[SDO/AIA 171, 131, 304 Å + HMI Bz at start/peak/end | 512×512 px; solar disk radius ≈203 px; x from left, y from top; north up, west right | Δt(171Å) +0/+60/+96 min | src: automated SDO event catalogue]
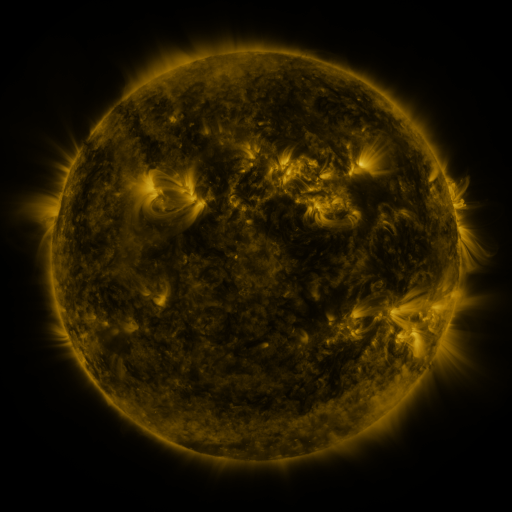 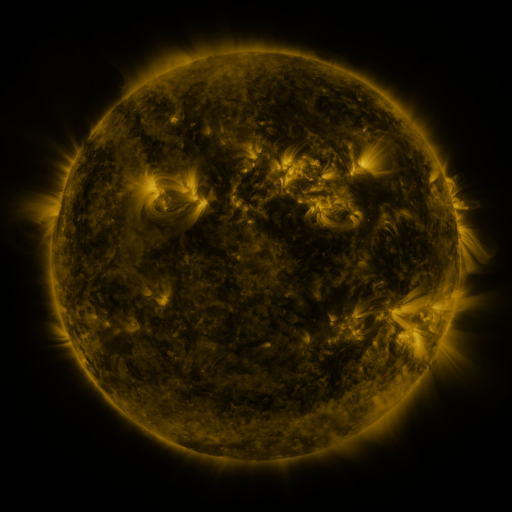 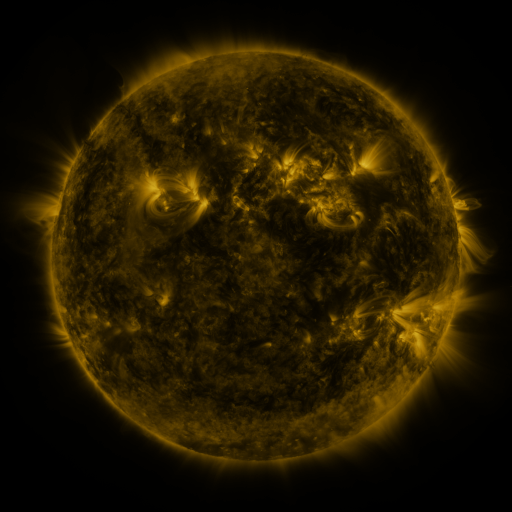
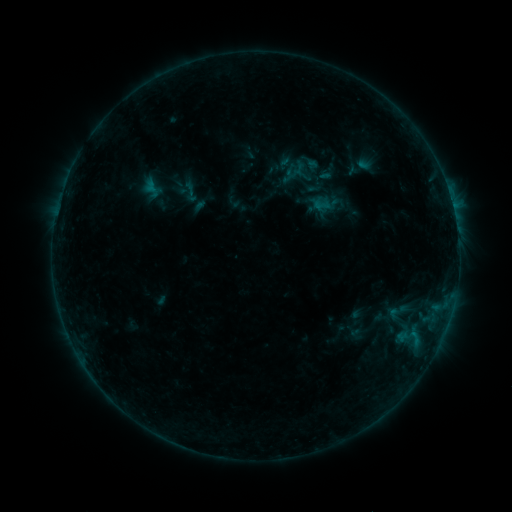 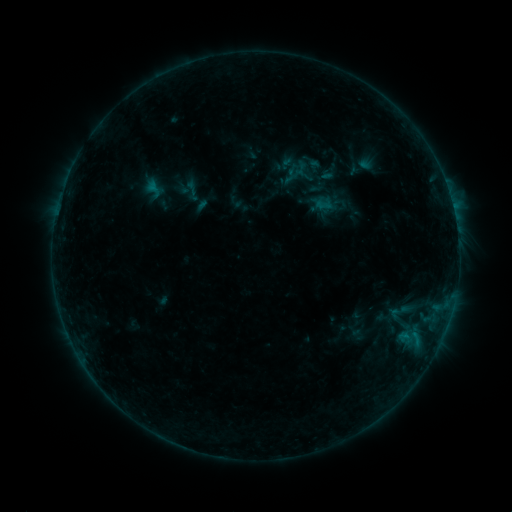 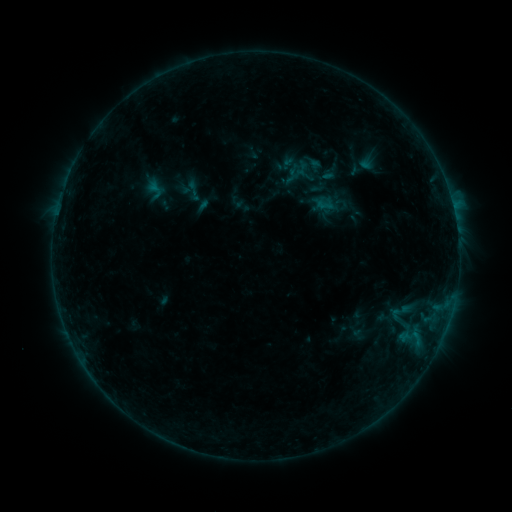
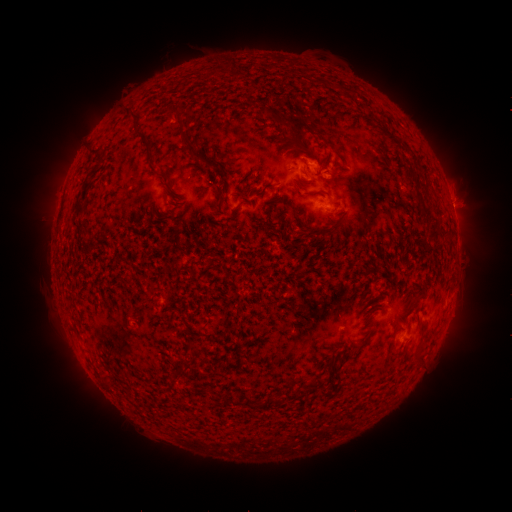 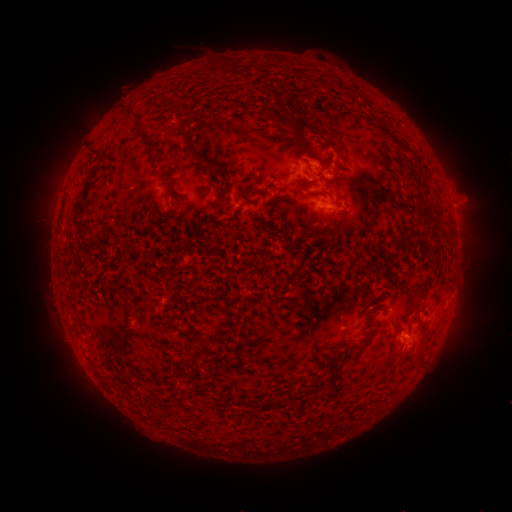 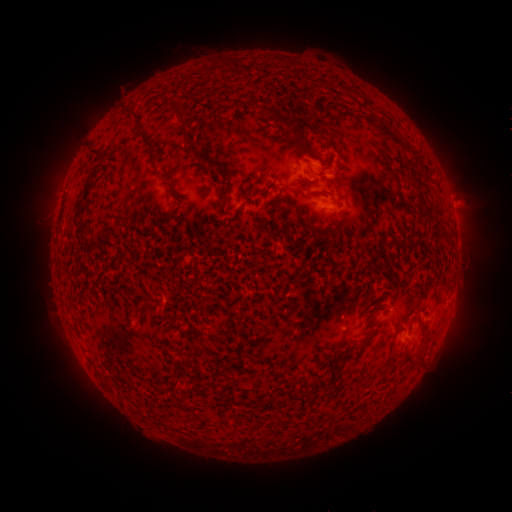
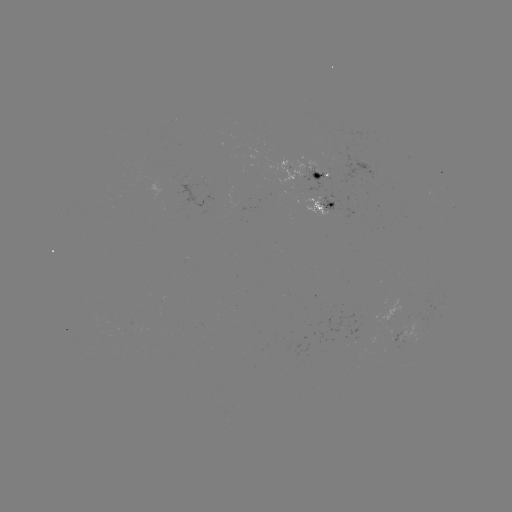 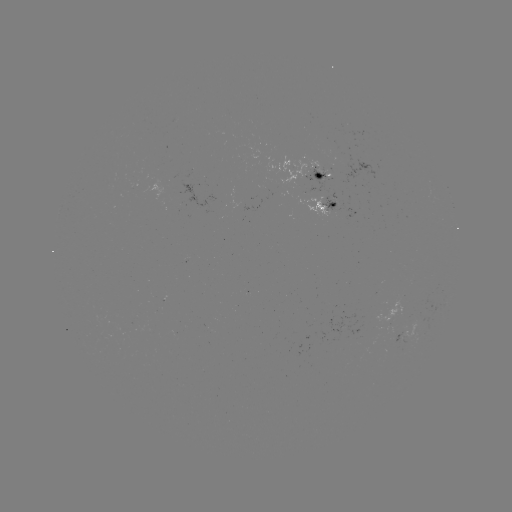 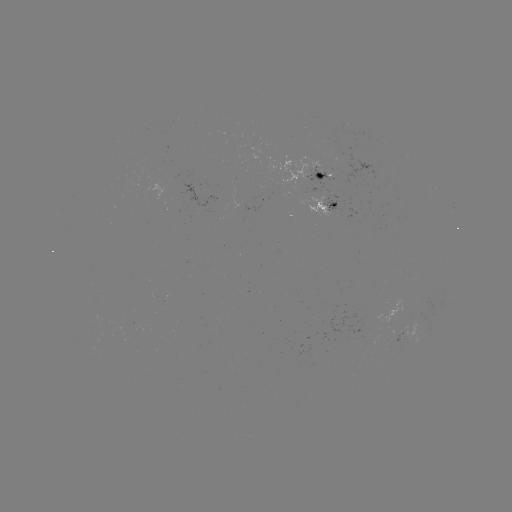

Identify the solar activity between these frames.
emerging-flux region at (298, 170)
